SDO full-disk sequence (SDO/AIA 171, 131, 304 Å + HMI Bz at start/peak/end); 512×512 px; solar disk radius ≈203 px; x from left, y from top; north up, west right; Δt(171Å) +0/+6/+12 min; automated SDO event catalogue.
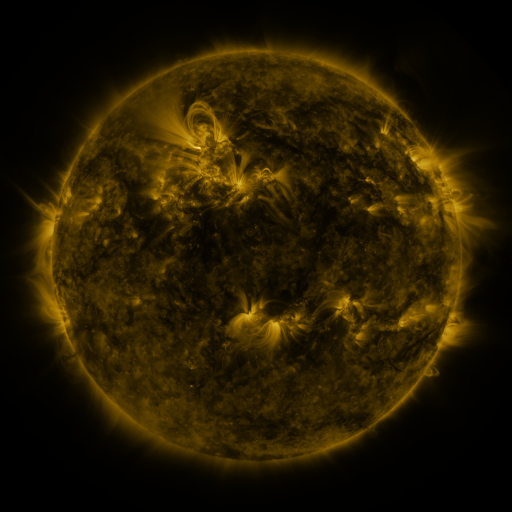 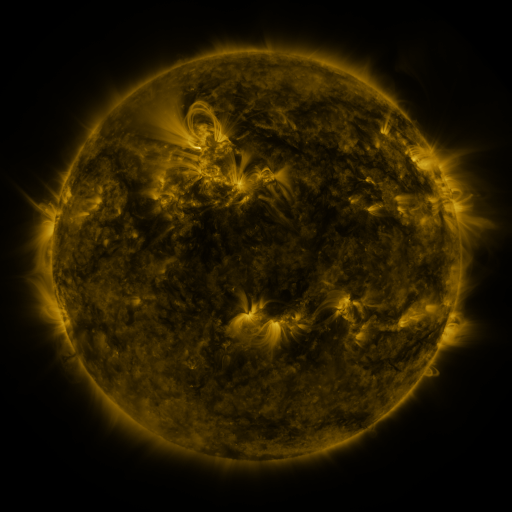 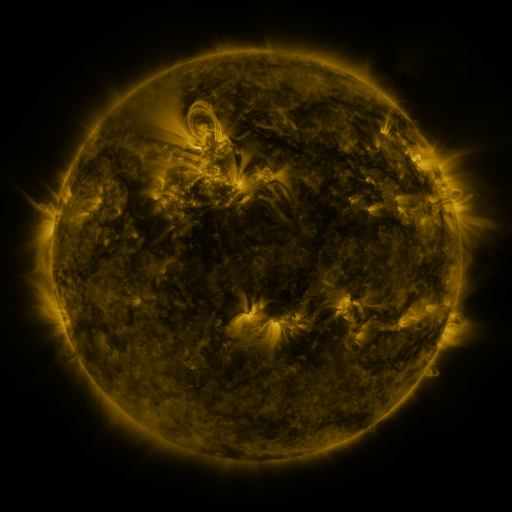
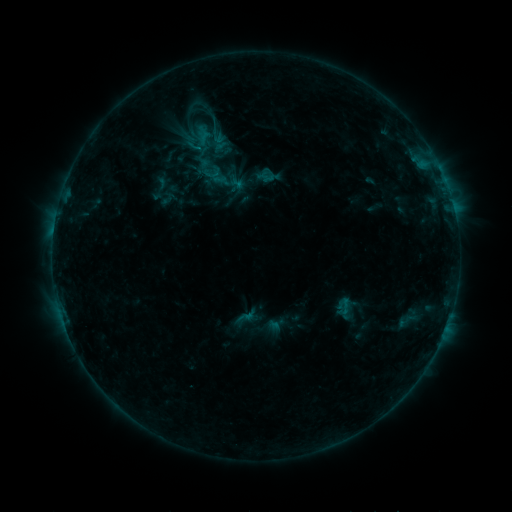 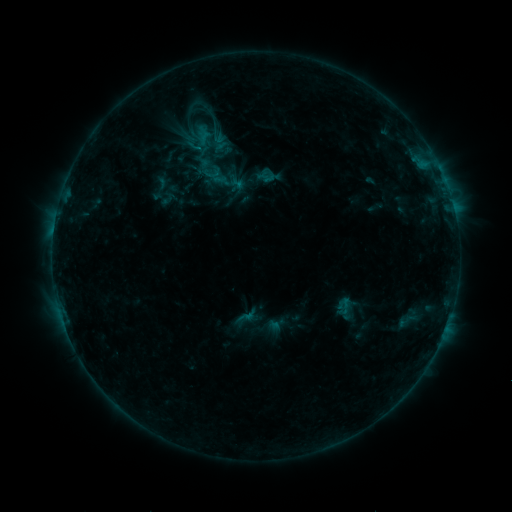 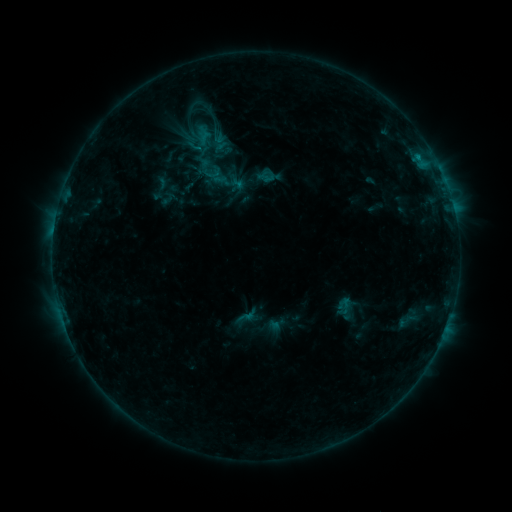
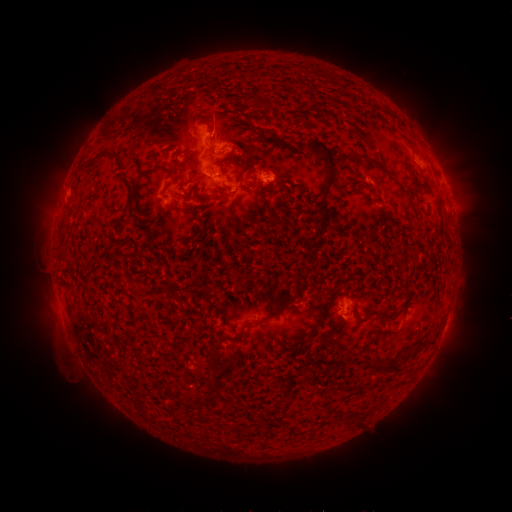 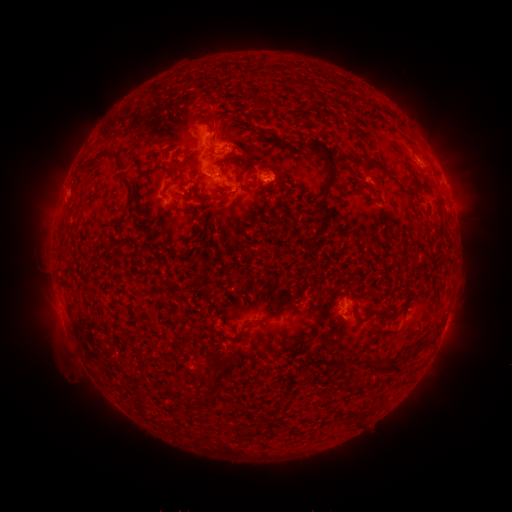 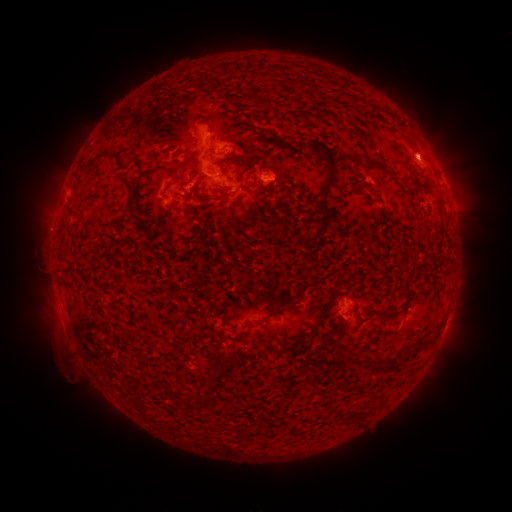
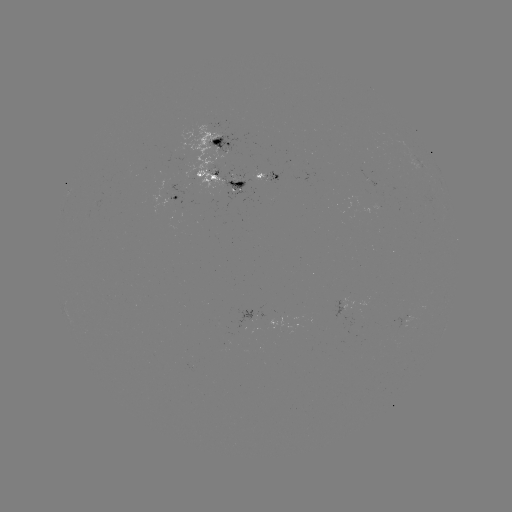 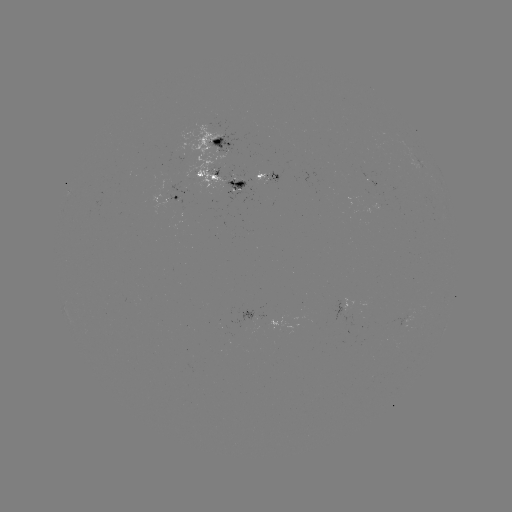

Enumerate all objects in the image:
eruption: (424, 150)
